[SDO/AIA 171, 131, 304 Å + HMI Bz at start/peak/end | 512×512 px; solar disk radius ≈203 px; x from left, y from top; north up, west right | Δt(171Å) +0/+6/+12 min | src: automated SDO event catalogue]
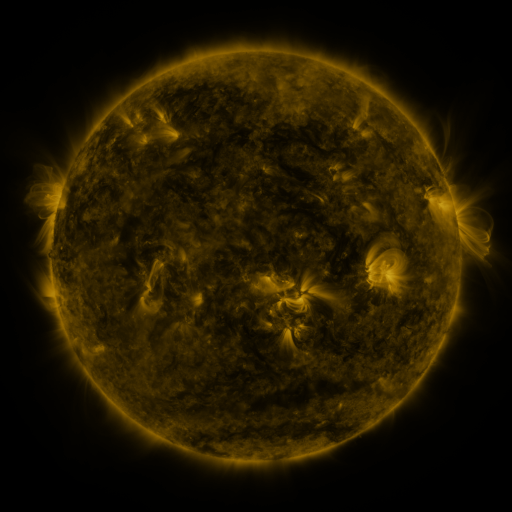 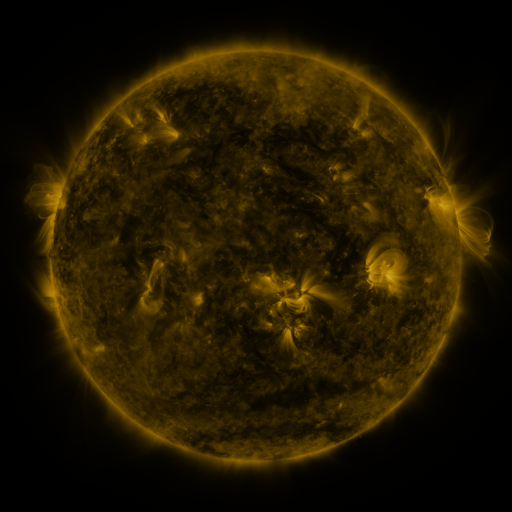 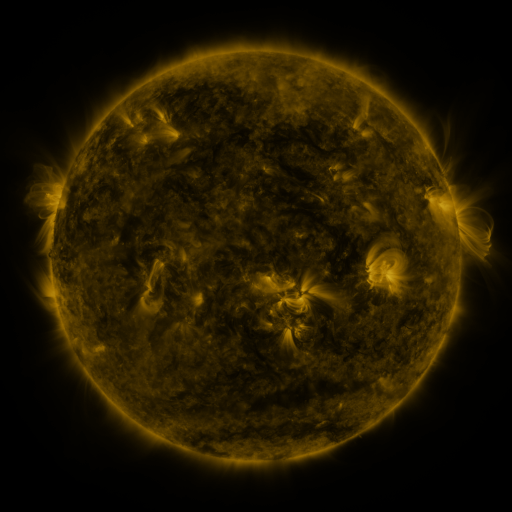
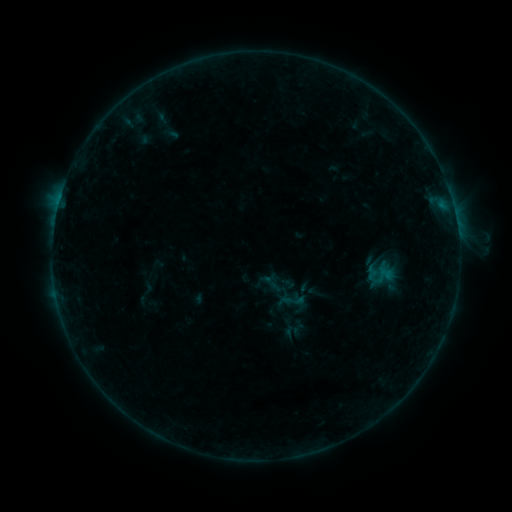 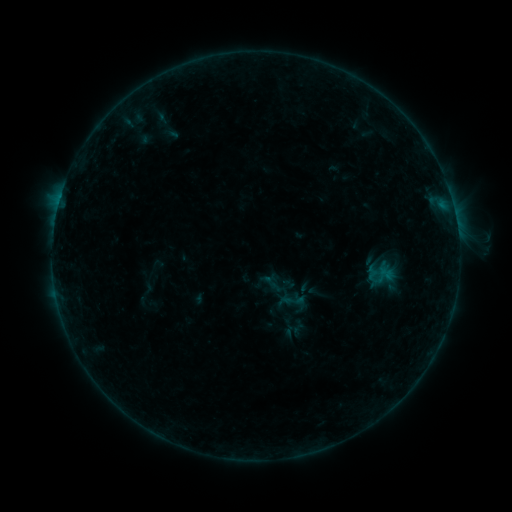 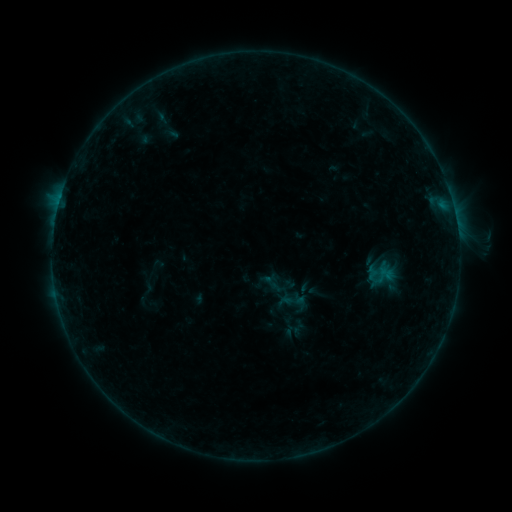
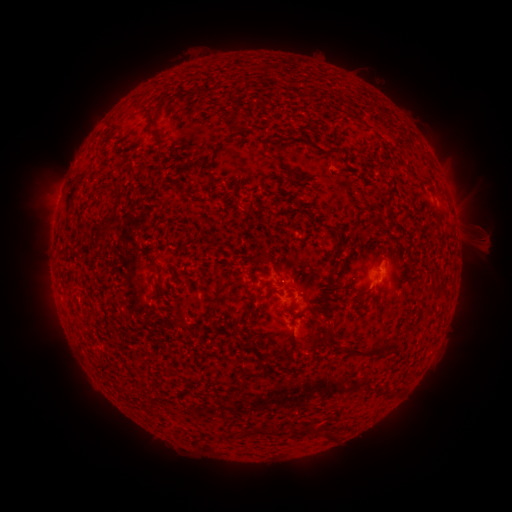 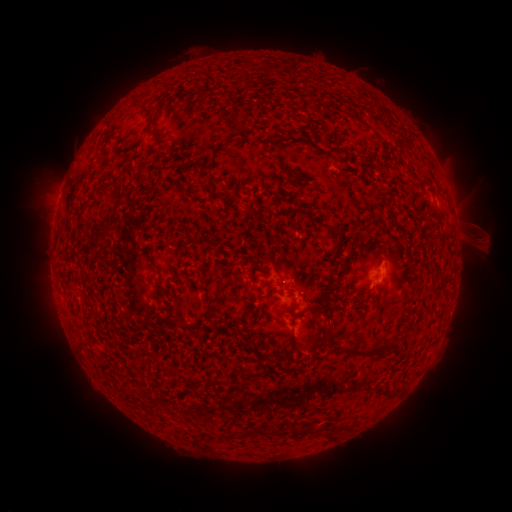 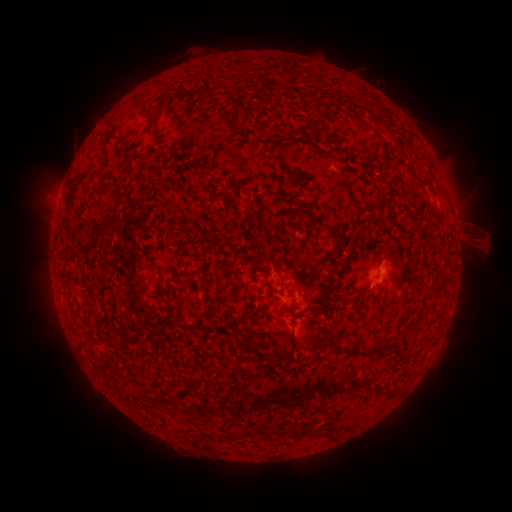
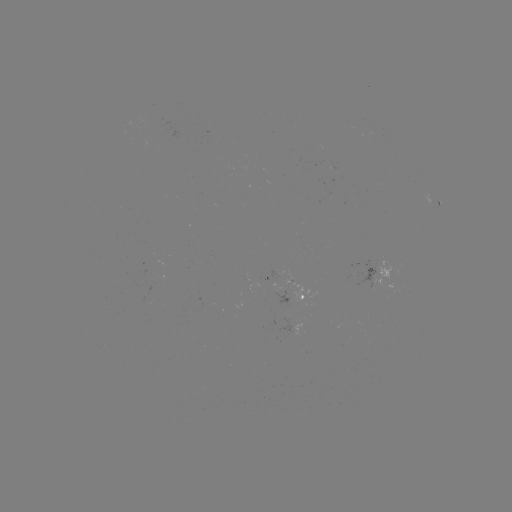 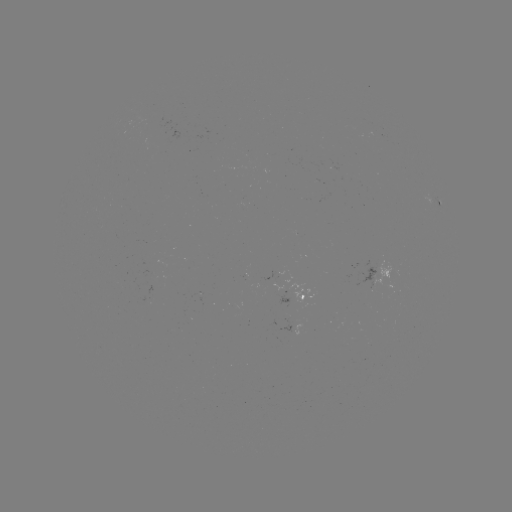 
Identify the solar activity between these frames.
no catalogued flare and no flagged EUV brightening in this window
